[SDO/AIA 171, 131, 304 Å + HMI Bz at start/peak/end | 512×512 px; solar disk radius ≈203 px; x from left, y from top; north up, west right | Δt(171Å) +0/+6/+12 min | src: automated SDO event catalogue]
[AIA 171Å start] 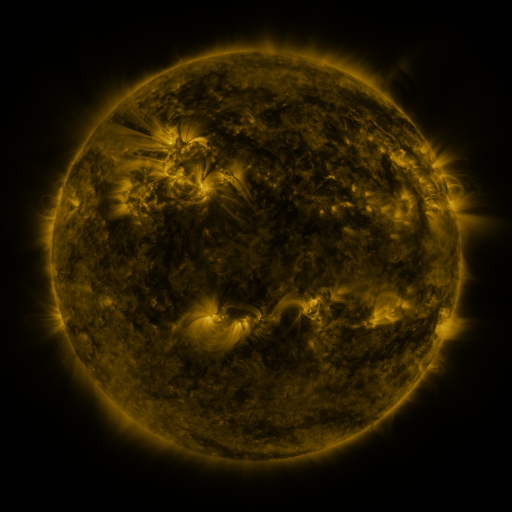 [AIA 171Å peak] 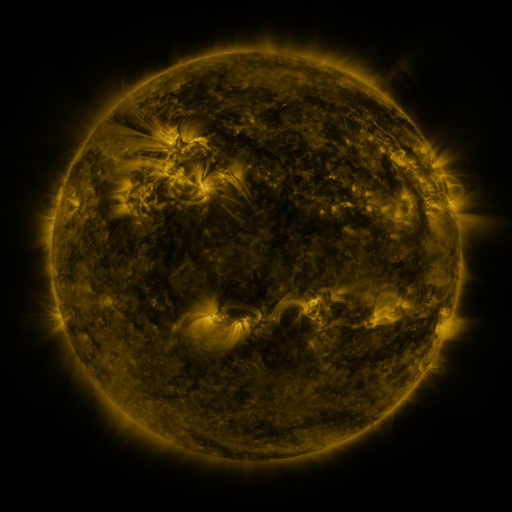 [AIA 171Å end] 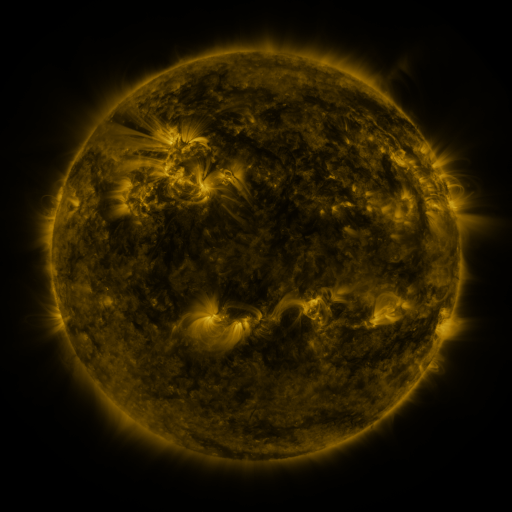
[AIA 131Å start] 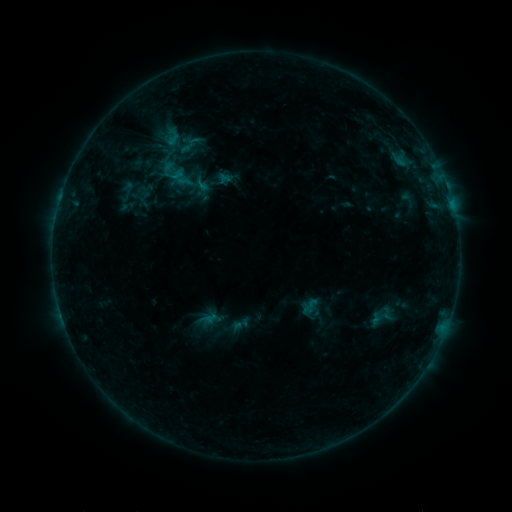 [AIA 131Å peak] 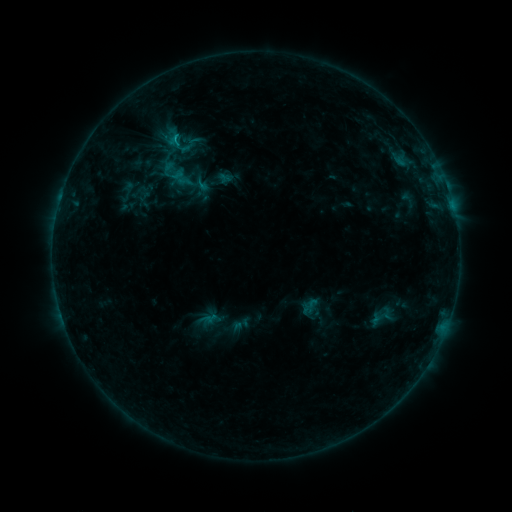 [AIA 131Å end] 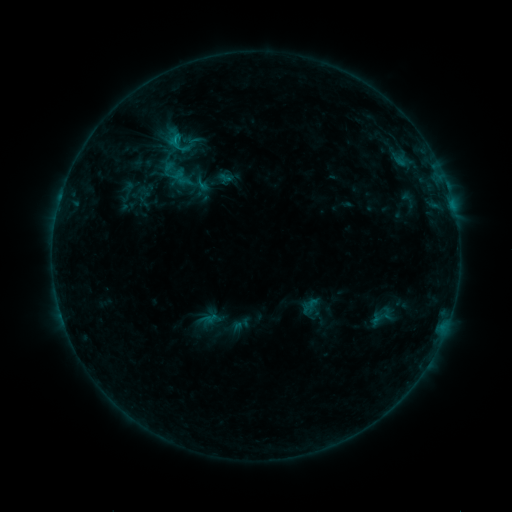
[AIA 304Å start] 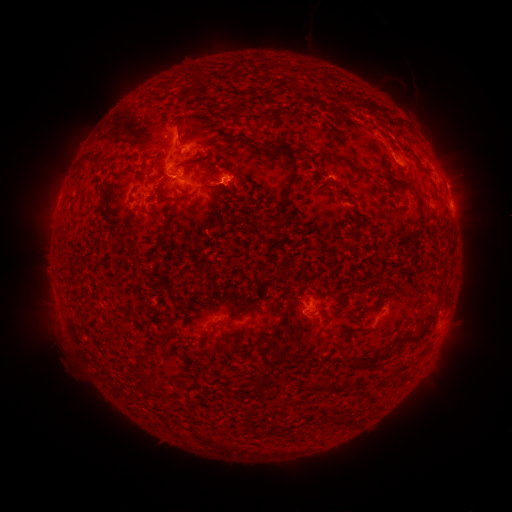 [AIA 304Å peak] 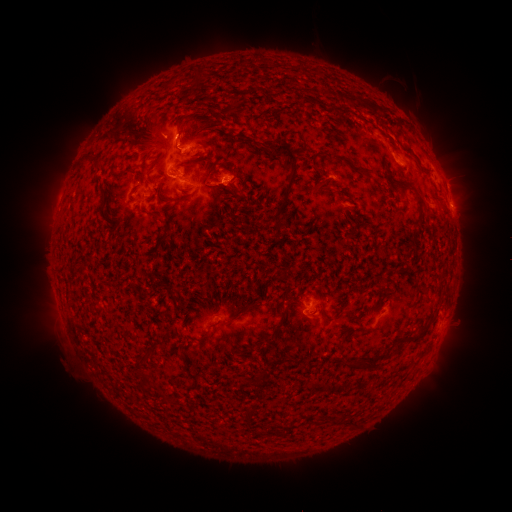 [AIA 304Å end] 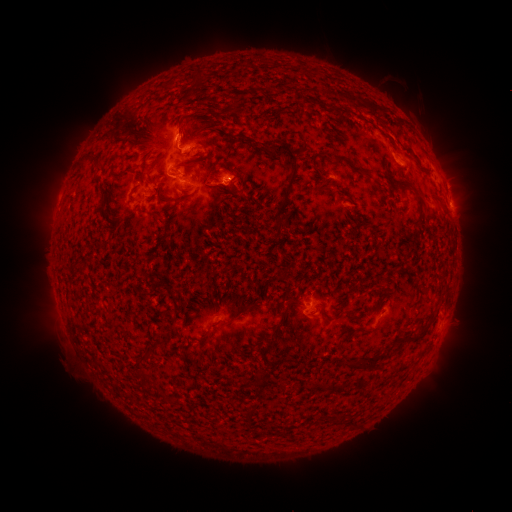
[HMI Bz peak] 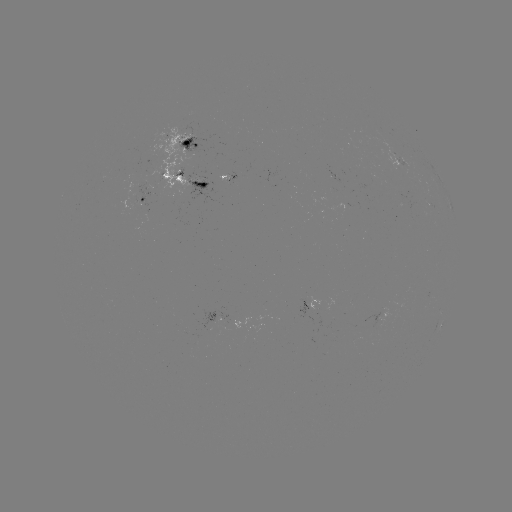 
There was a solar flare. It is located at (175, 140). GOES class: B8.9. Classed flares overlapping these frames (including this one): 1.